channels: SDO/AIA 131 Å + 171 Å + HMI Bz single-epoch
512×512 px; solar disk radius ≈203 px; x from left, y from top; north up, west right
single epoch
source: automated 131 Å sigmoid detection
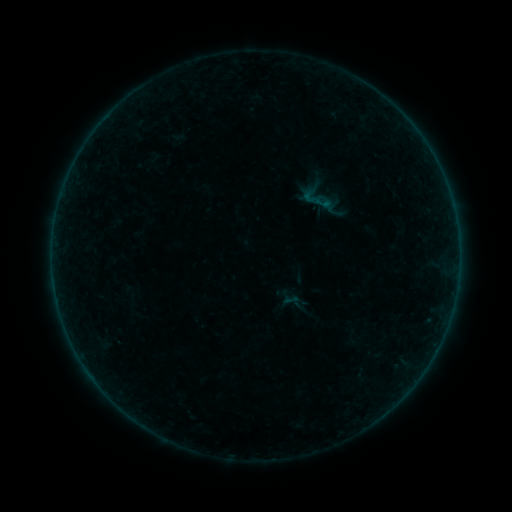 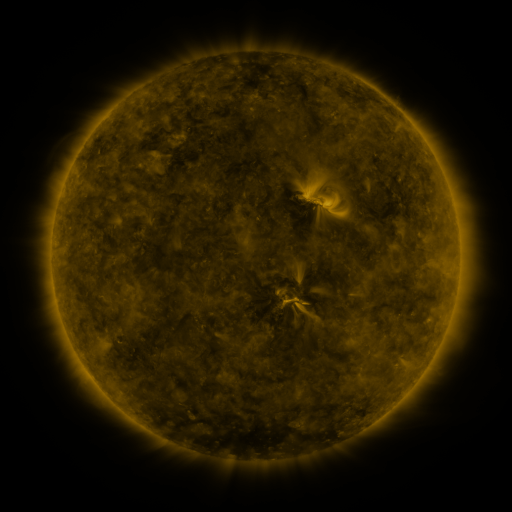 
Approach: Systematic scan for sigmoid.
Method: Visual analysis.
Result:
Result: sigmoid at (318, 197).